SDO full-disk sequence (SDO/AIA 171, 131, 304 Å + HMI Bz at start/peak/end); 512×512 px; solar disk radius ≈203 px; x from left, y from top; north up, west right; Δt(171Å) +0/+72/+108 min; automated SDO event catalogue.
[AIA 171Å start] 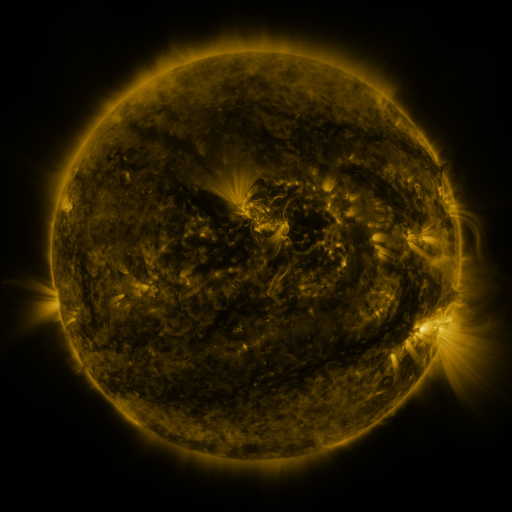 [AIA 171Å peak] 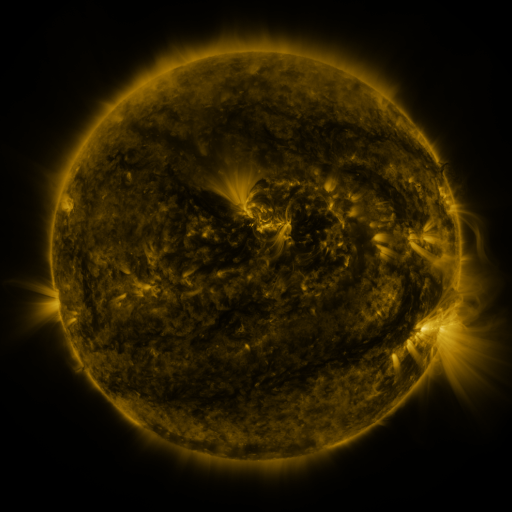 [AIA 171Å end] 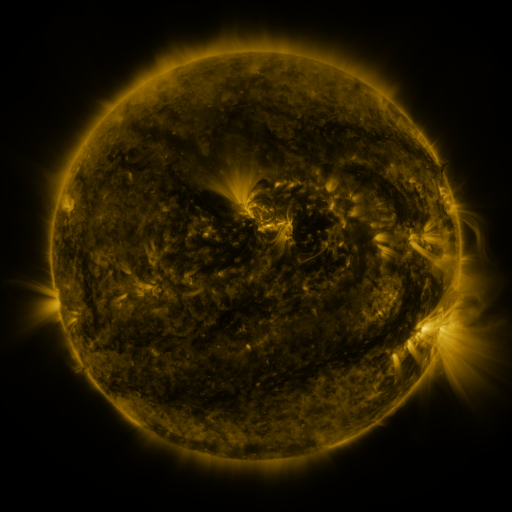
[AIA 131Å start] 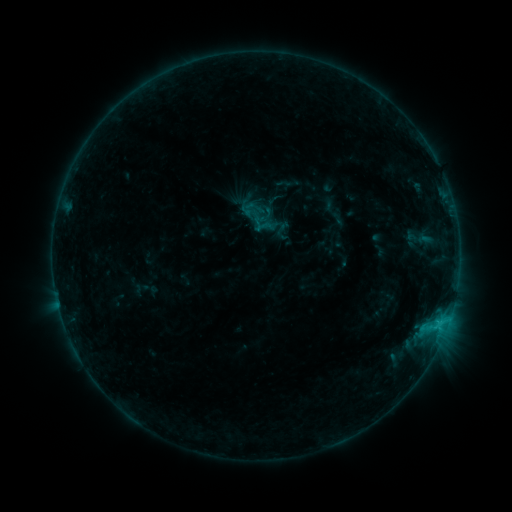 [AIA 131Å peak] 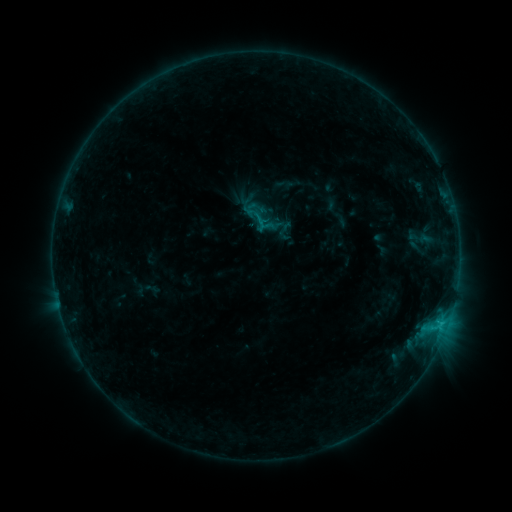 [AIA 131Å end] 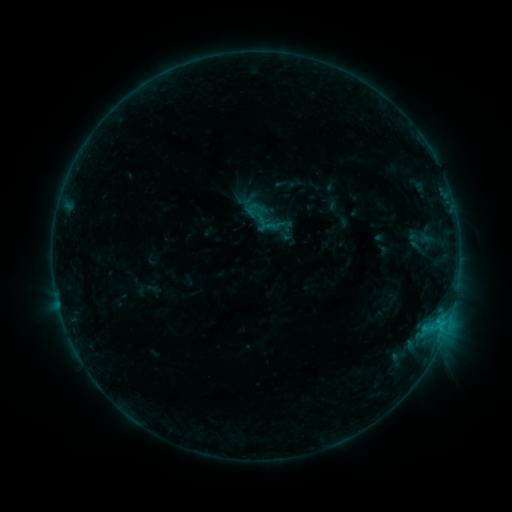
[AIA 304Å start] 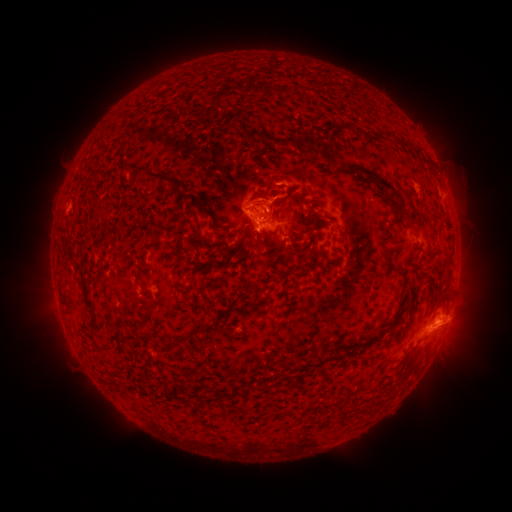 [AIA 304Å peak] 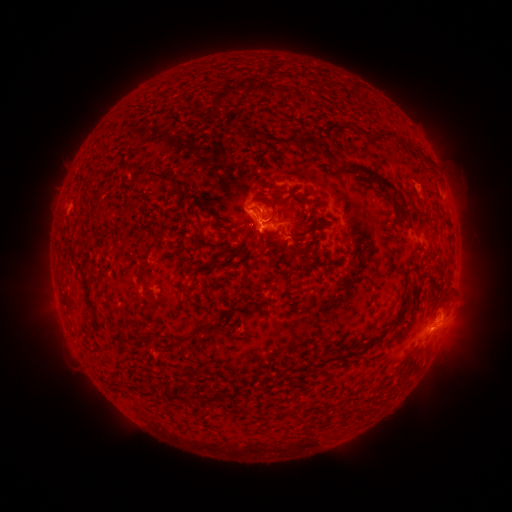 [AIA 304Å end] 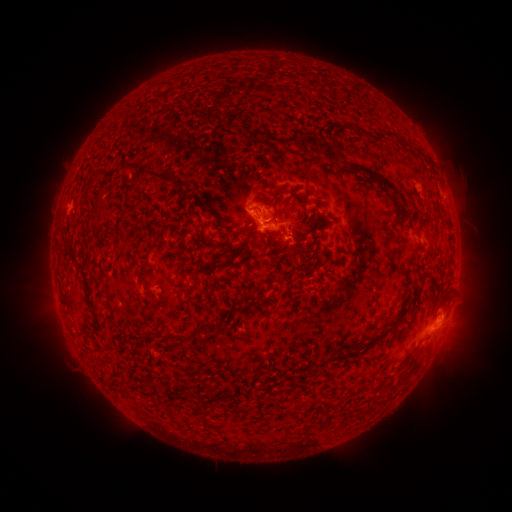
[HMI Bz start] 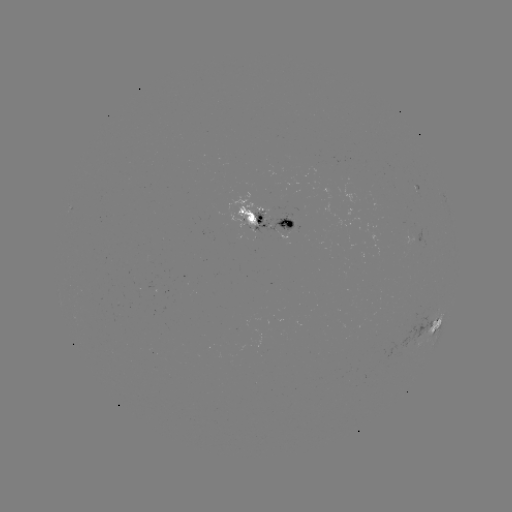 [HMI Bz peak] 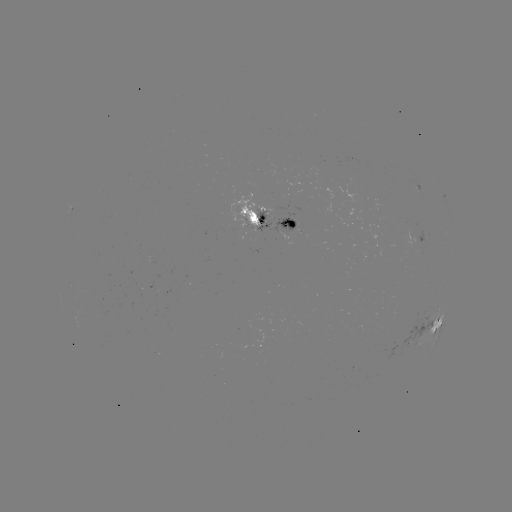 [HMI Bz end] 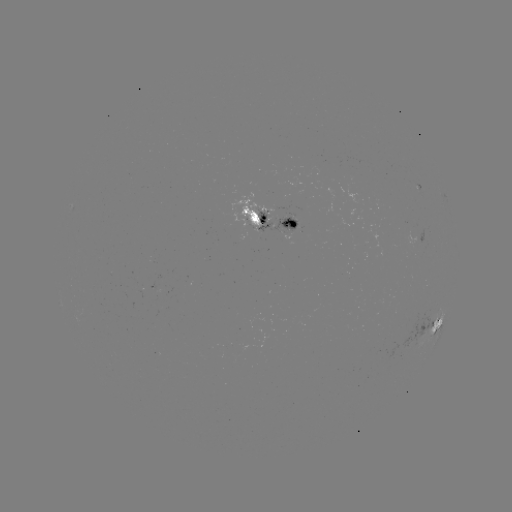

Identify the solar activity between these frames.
emerging-flux region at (419, 192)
